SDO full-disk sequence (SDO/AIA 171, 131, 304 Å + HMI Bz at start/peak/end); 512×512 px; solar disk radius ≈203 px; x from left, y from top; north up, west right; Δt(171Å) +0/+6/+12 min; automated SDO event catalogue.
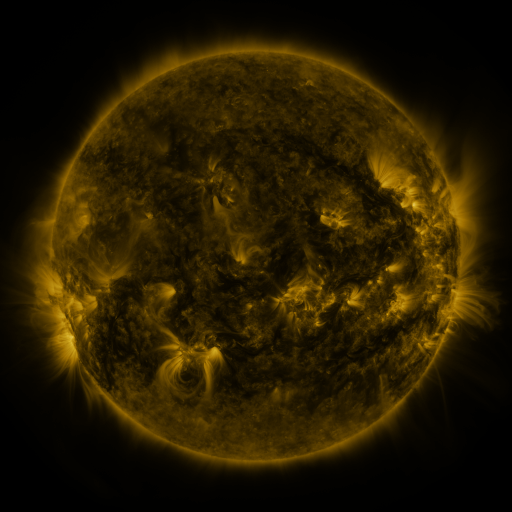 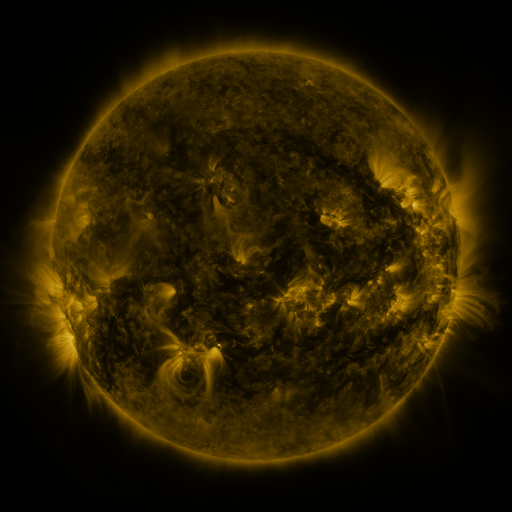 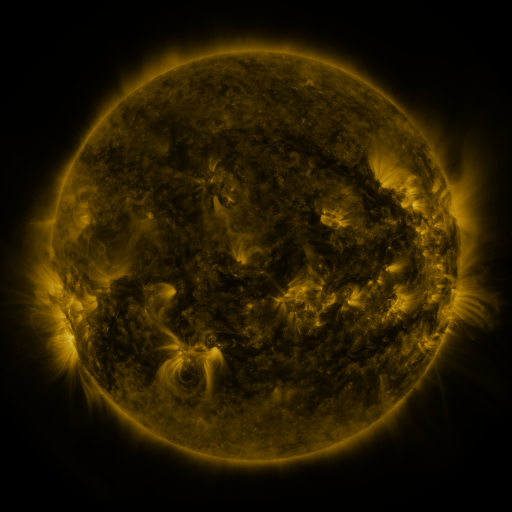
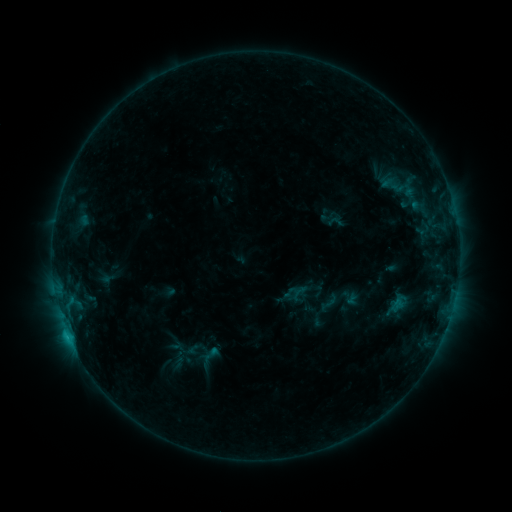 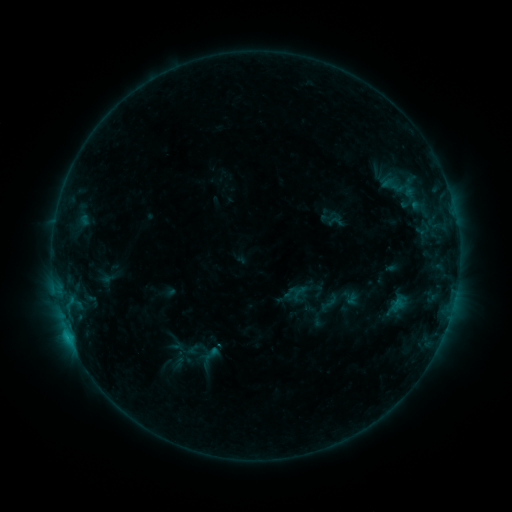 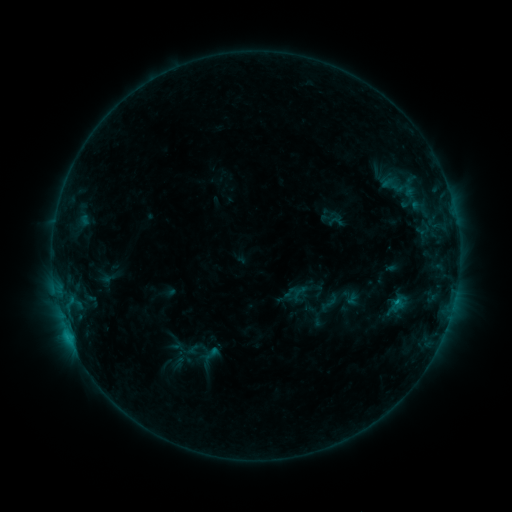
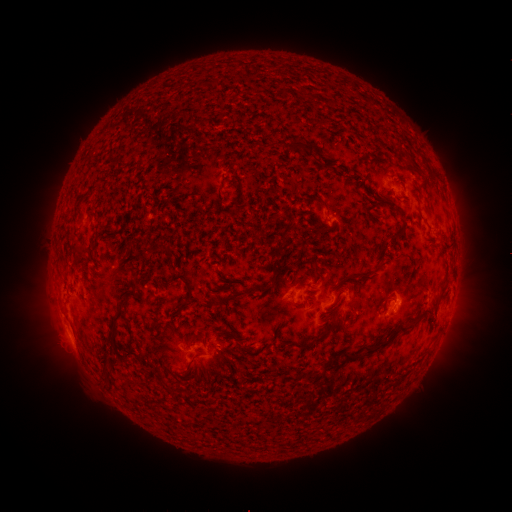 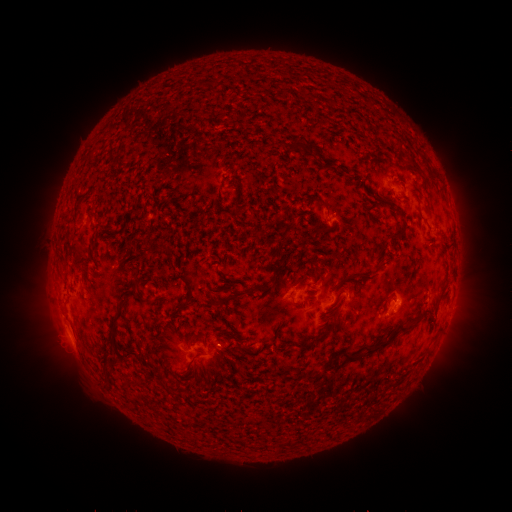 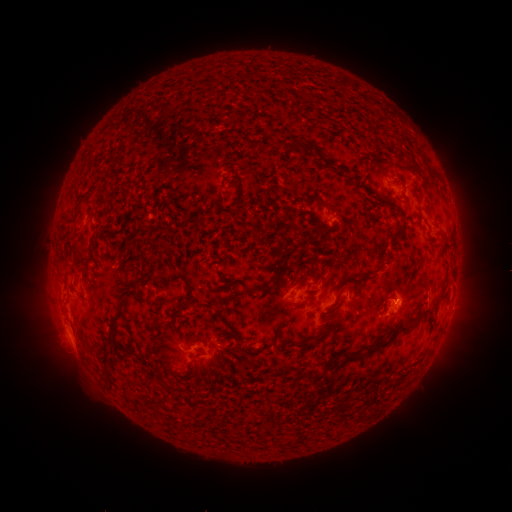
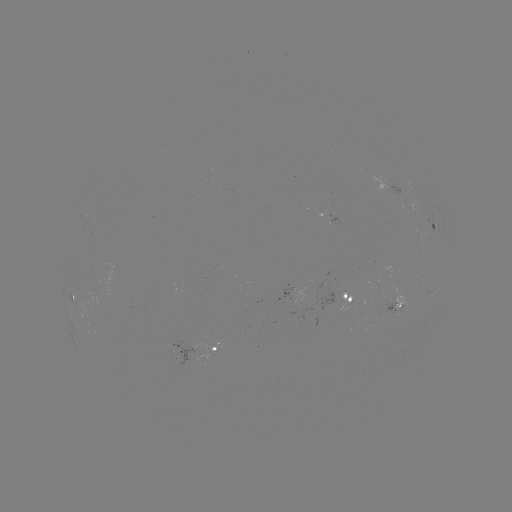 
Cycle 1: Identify C1.0 flare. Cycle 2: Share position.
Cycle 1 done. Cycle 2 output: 394,300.